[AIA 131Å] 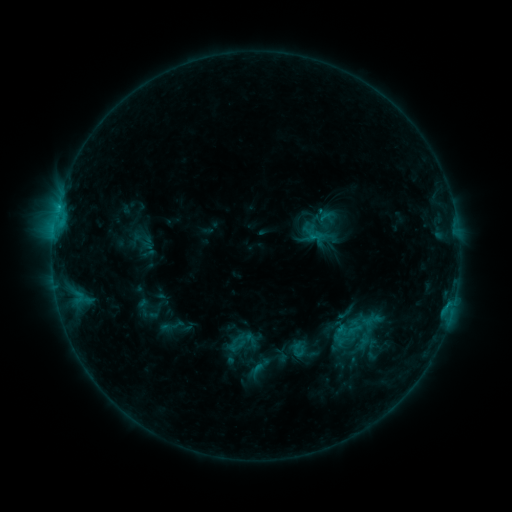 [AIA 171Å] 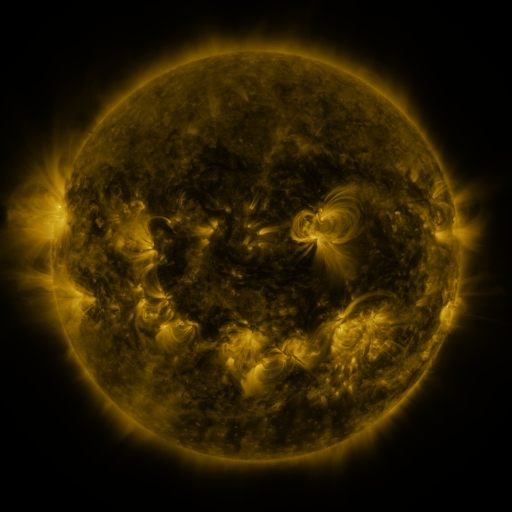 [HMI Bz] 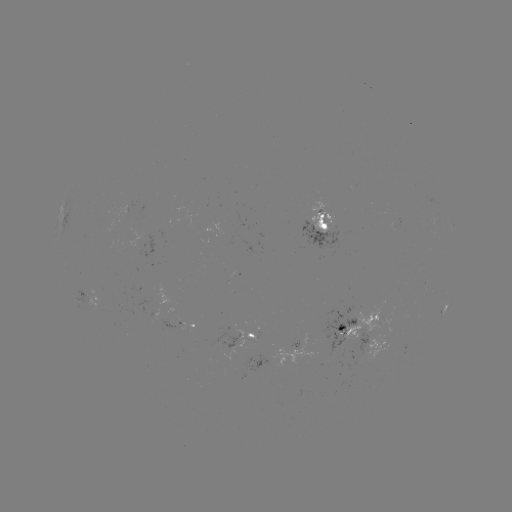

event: sigmoid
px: (356, 330)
